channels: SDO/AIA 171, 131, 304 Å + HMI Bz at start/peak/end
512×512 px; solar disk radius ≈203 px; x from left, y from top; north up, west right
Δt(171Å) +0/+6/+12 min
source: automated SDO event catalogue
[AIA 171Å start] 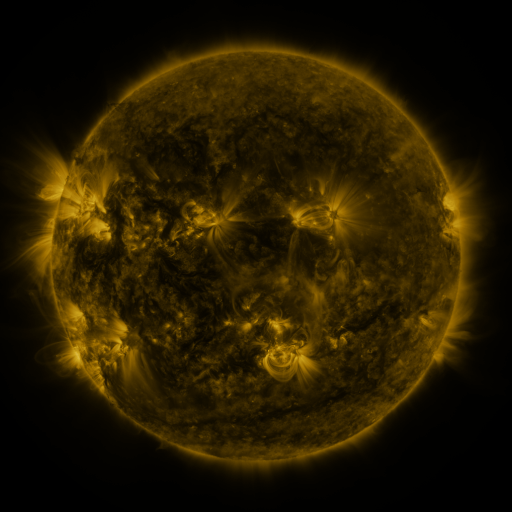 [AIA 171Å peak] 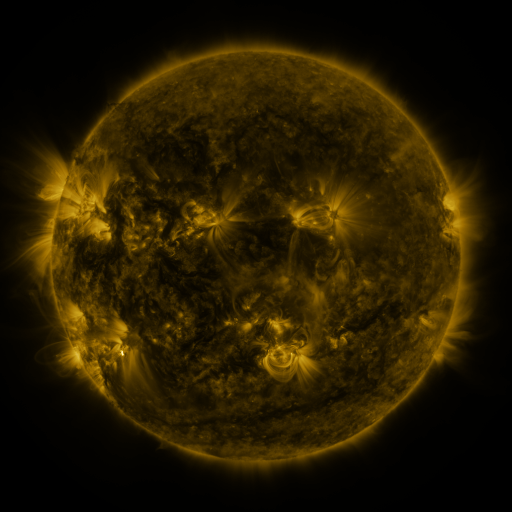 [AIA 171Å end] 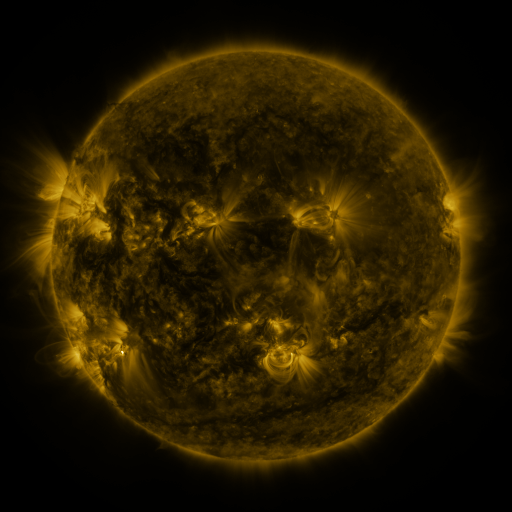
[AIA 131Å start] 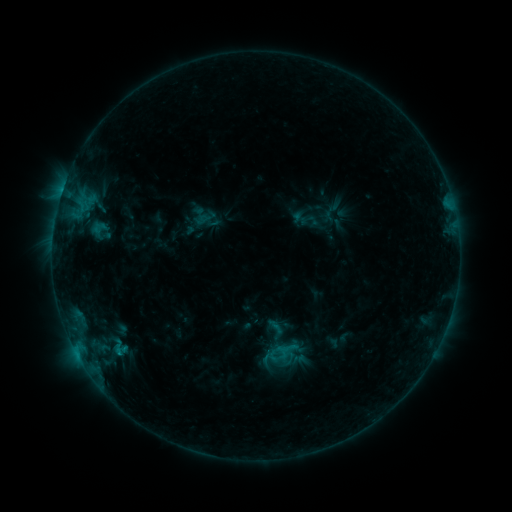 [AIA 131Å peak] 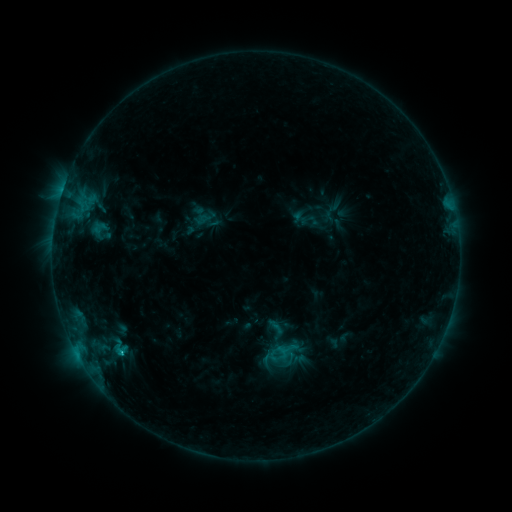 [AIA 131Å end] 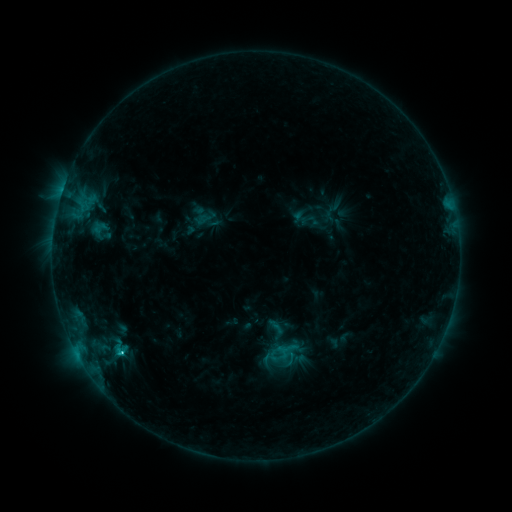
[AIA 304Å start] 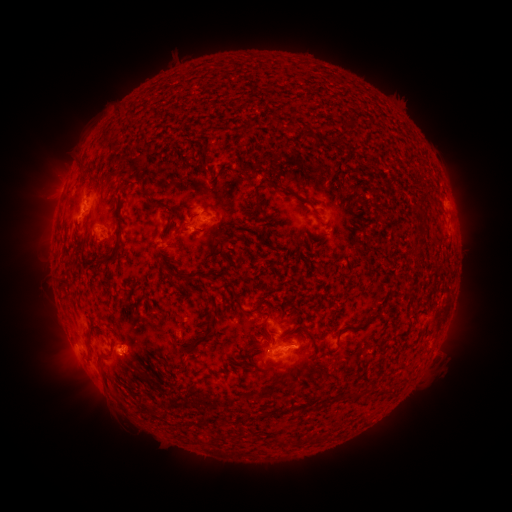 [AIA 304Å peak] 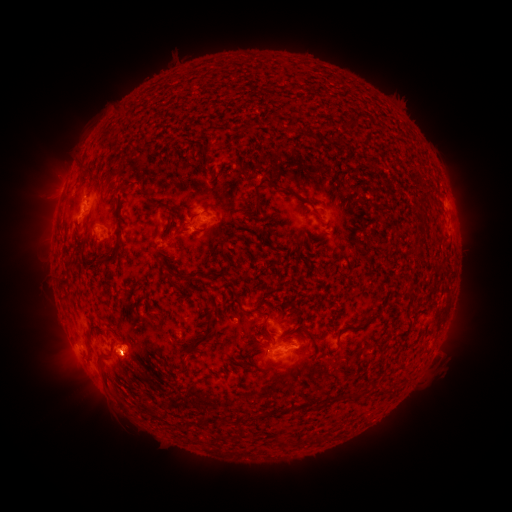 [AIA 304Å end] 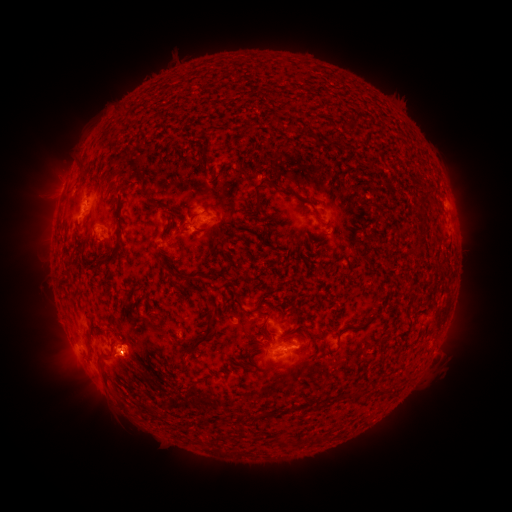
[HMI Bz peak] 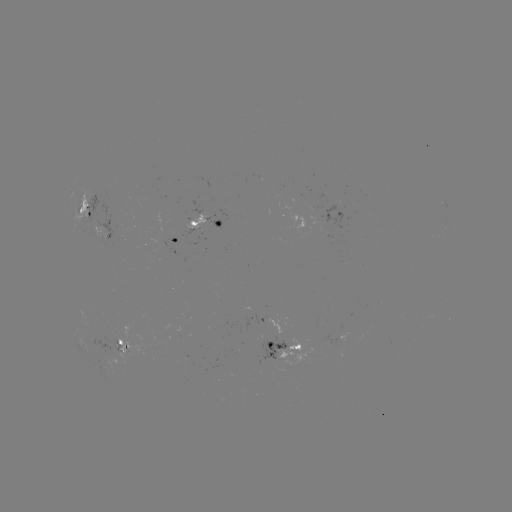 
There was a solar flare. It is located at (122, 351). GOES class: C2.5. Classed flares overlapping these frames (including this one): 1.